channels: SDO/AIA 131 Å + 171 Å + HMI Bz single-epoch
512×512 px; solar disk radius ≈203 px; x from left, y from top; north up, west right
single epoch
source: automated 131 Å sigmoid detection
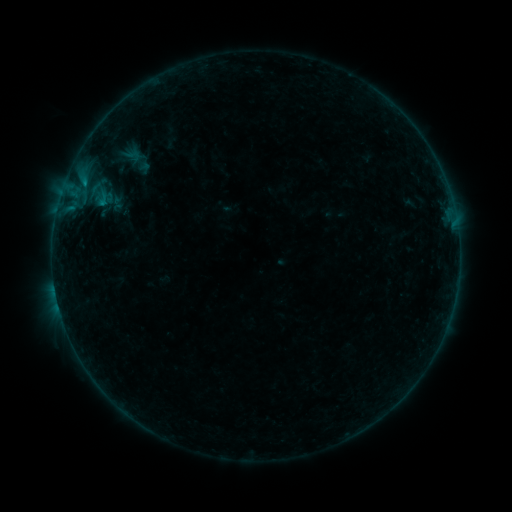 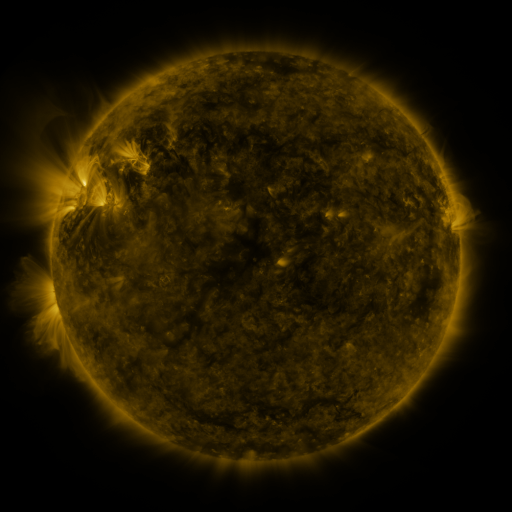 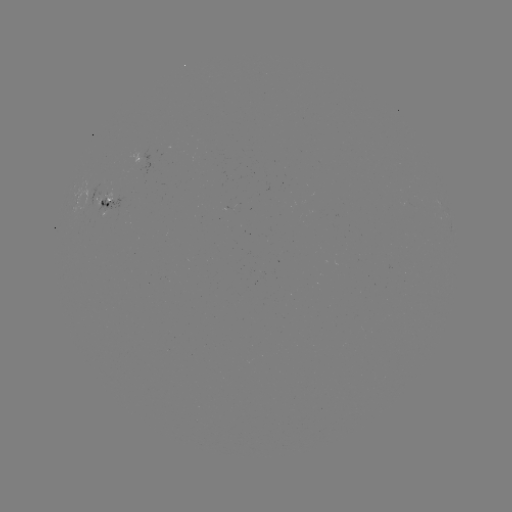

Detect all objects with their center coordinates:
sigmoid: (132, 156)
